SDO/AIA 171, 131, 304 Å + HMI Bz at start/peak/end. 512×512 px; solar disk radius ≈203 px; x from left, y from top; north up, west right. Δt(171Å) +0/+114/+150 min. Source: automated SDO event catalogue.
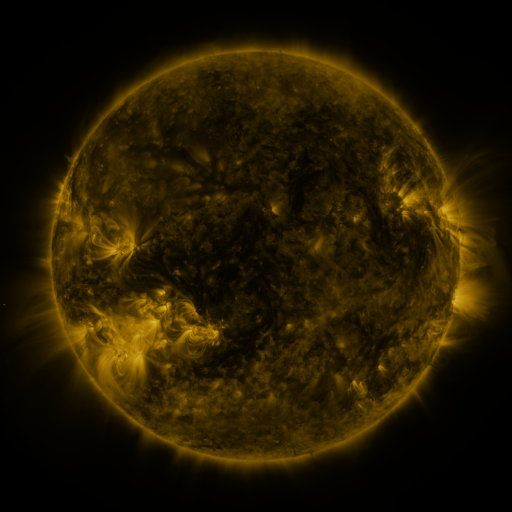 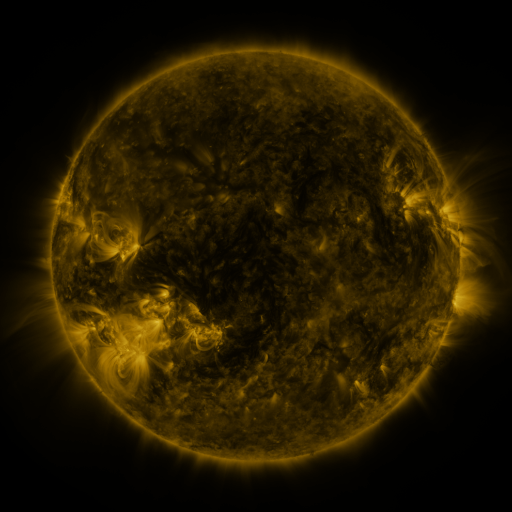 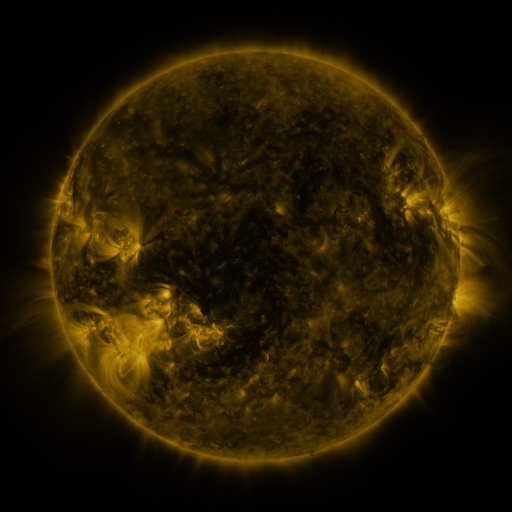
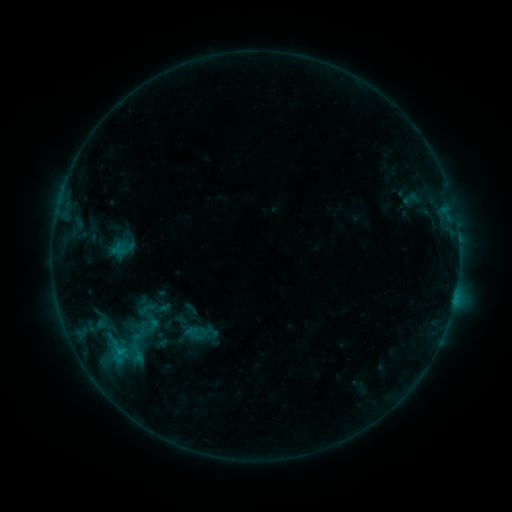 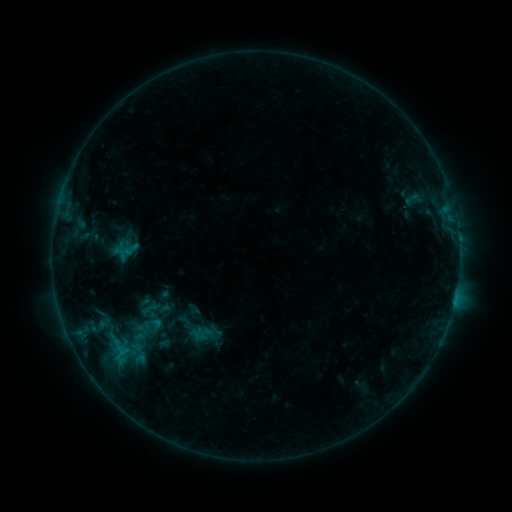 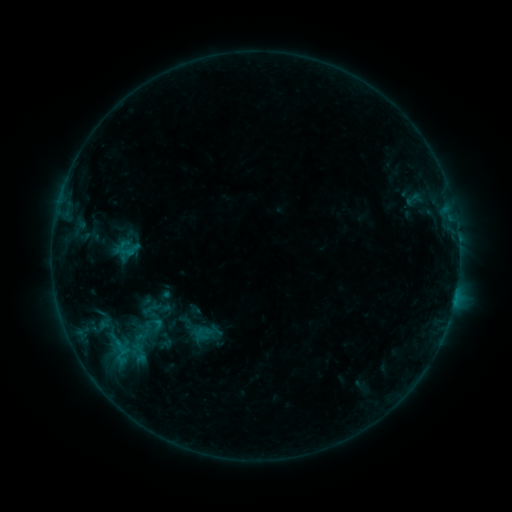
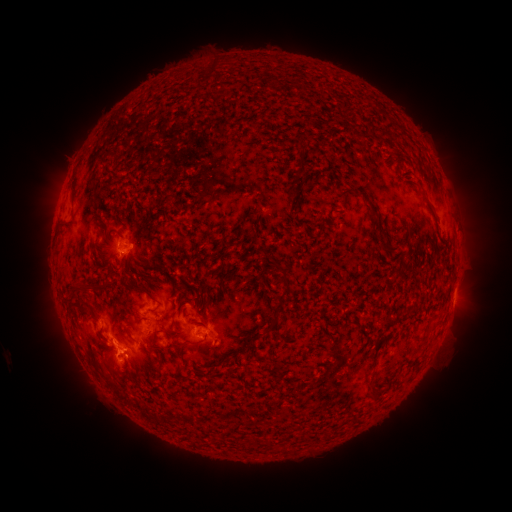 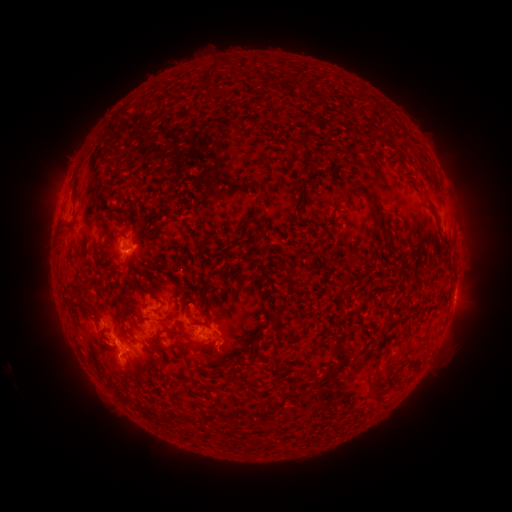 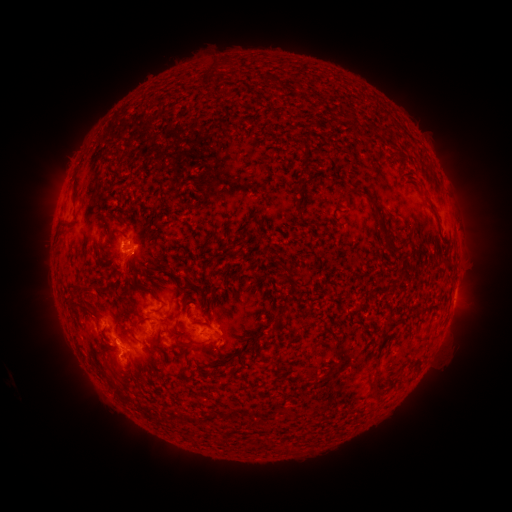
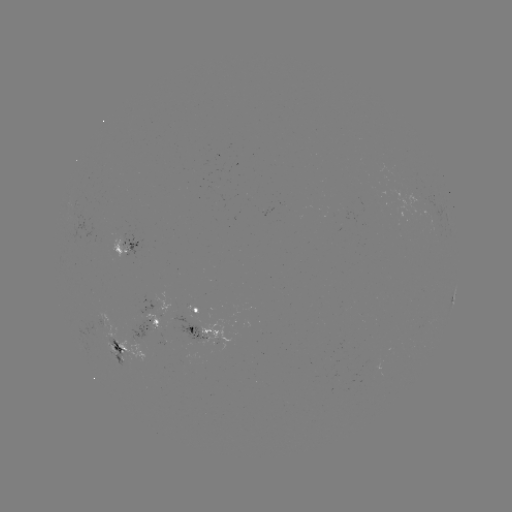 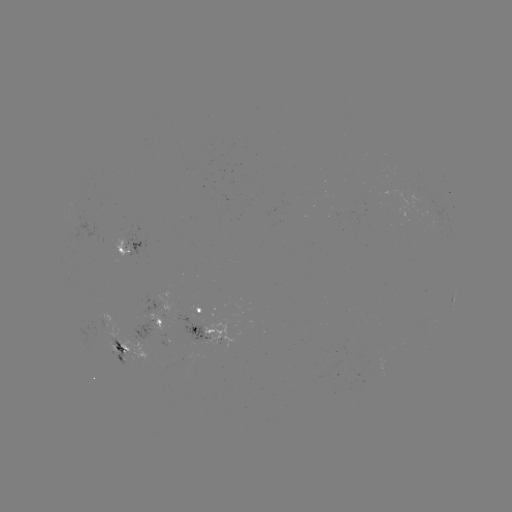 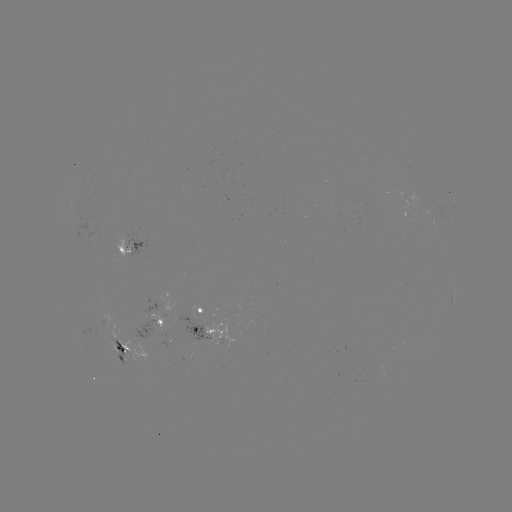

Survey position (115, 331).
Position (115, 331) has emerging-flux region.